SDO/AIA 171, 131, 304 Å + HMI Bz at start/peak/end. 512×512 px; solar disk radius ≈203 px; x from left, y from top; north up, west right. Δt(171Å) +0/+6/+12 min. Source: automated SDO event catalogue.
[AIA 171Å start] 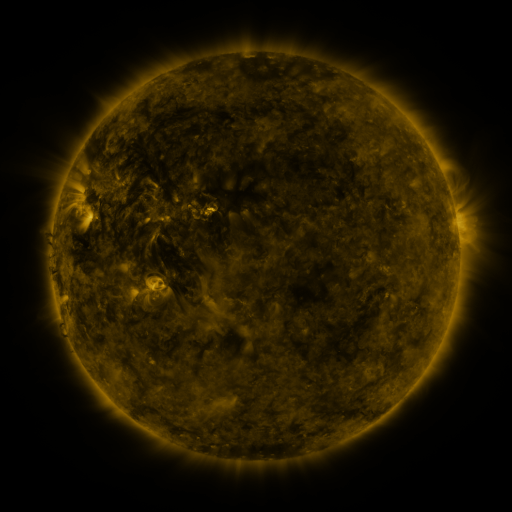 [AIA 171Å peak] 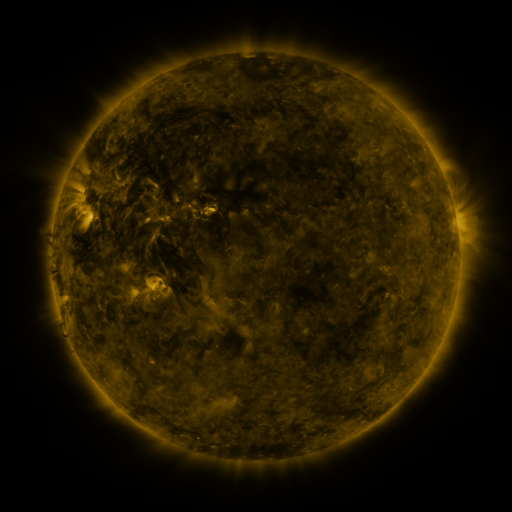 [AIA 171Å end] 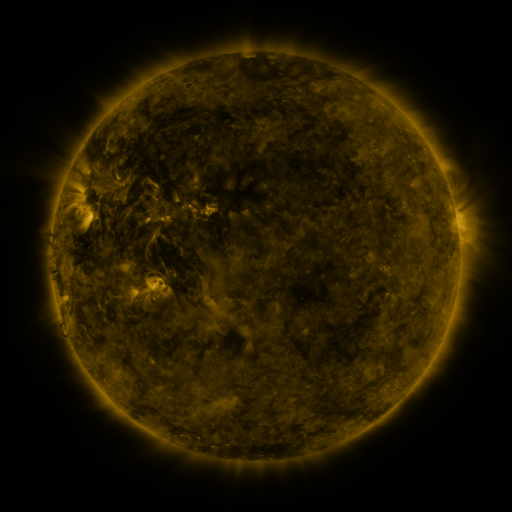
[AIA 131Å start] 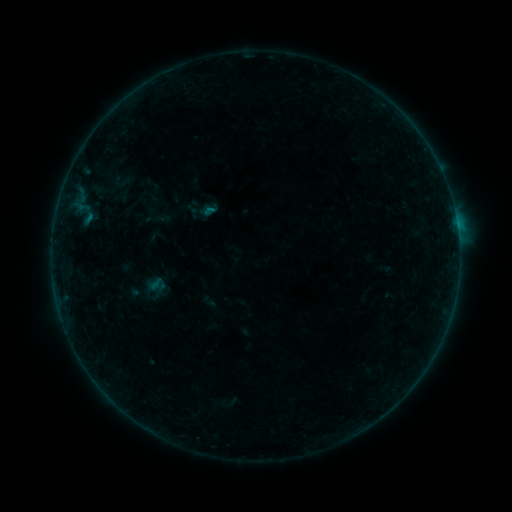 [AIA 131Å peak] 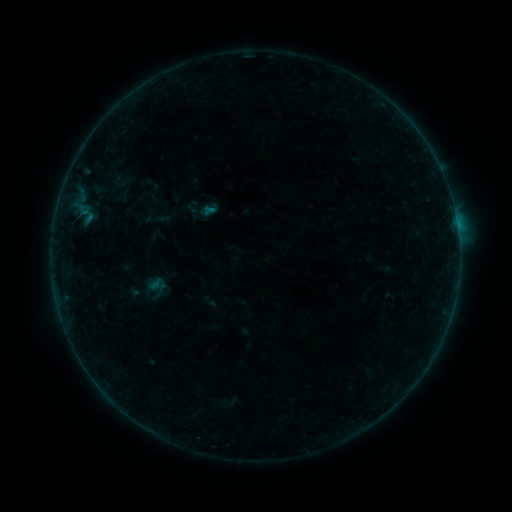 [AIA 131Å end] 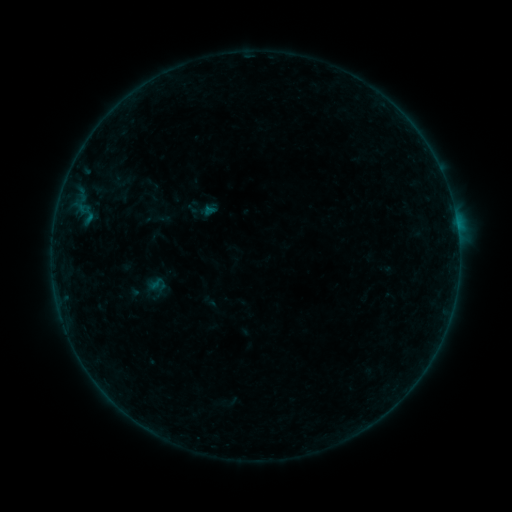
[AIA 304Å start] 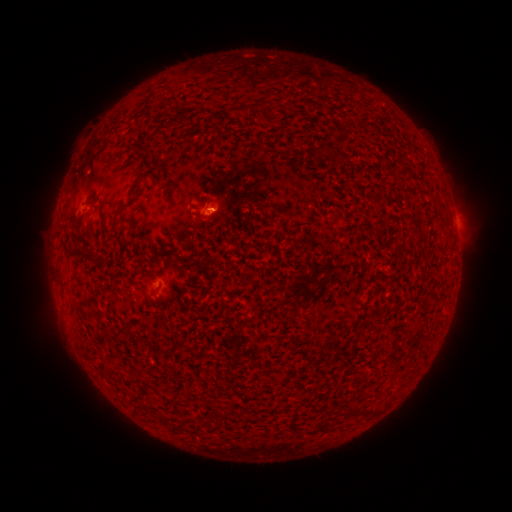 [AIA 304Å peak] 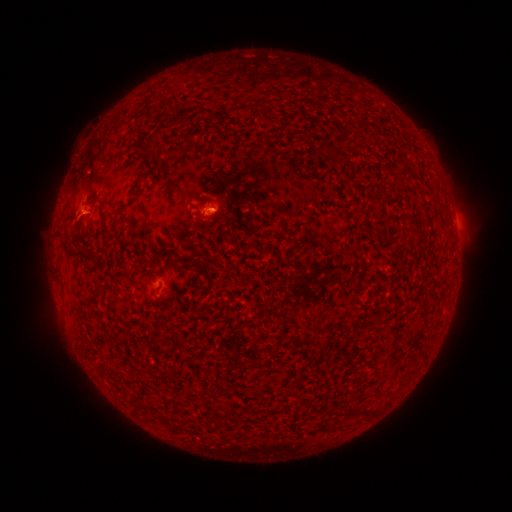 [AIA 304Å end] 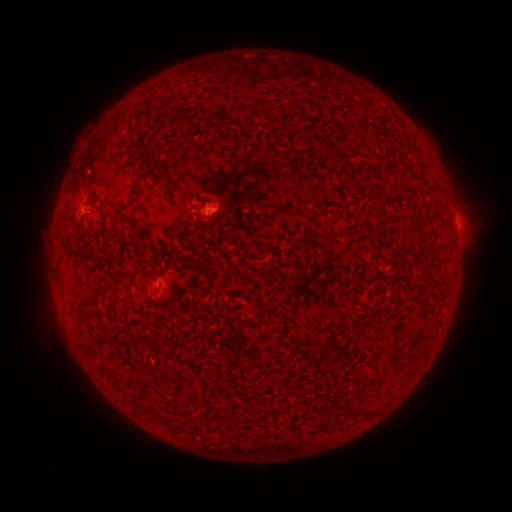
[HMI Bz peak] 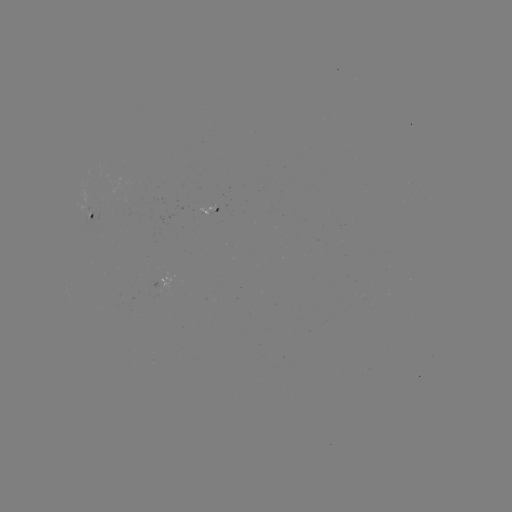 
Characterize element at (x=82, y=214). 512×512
eruption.